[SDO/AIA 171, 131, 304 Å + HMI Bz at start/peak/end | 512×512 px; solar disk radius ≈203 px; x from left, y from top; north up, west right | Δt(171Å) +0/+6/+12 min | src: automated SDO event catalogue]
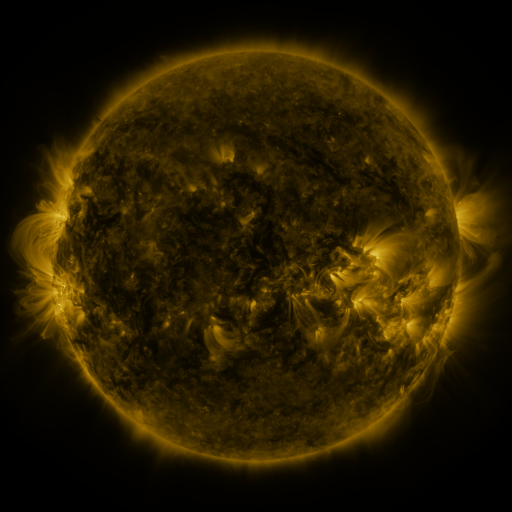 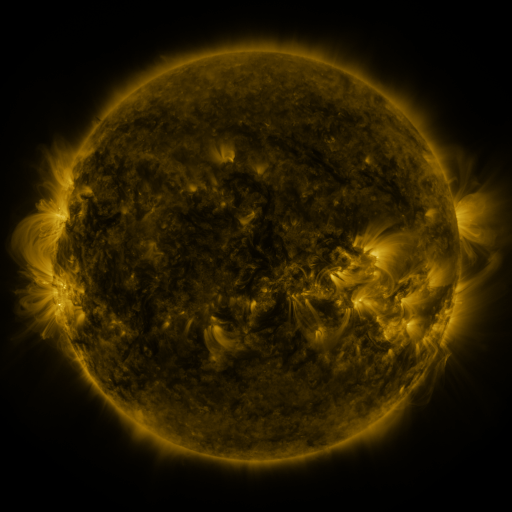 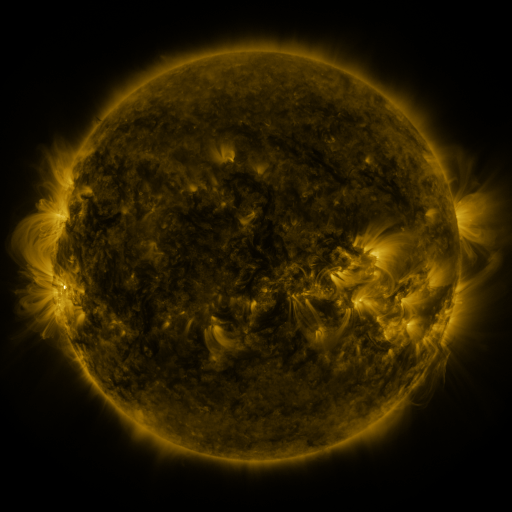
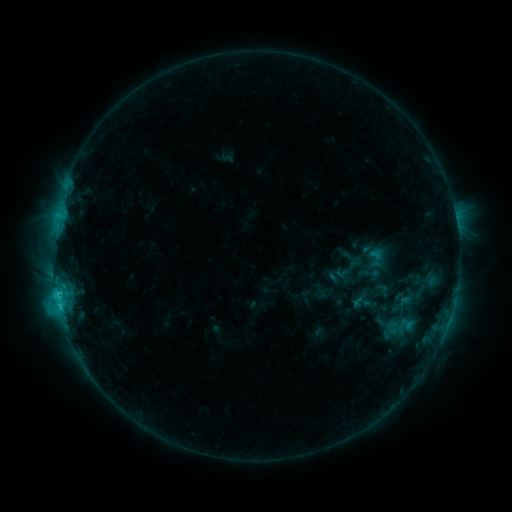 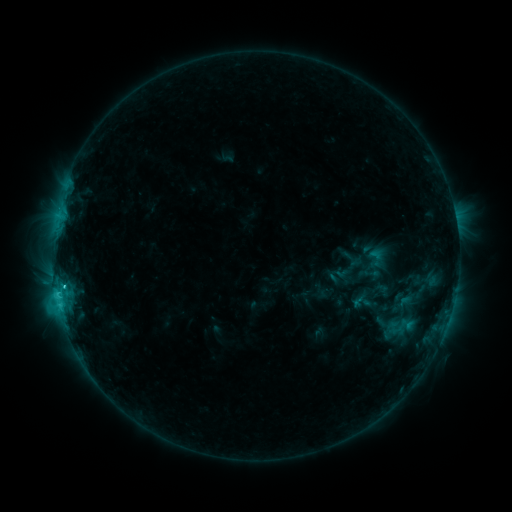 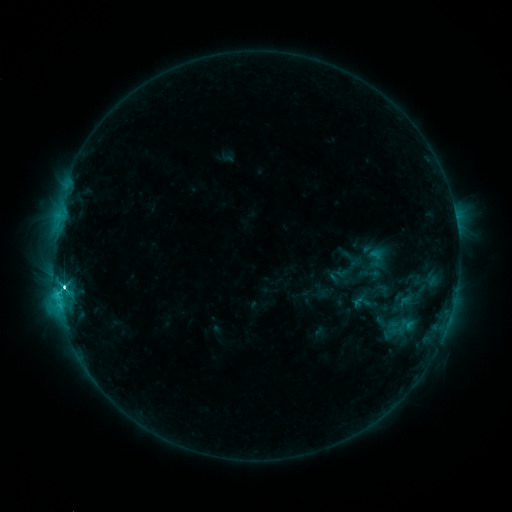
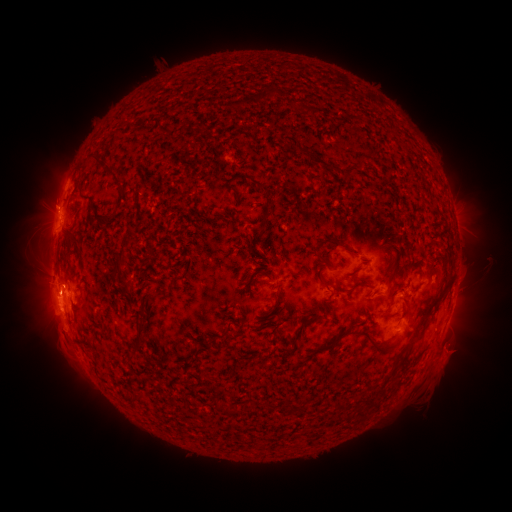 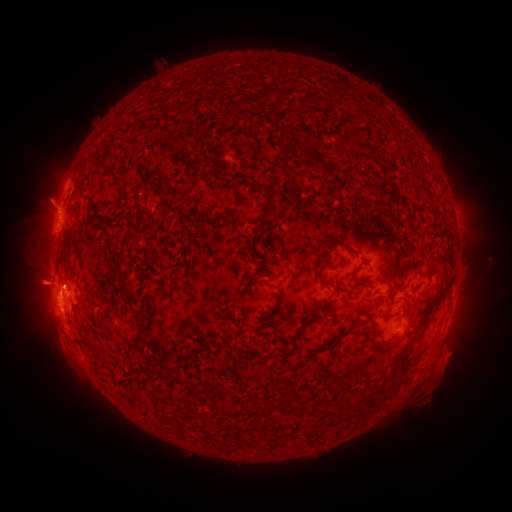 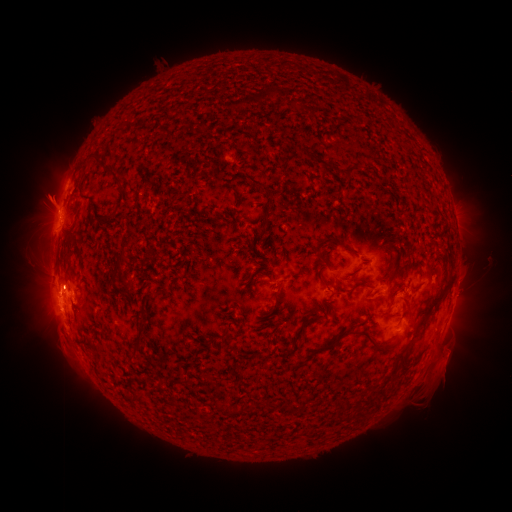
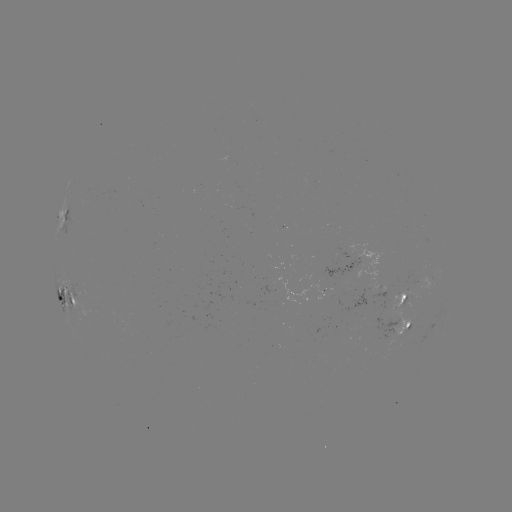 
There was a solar flare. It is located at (65, 284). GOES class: M1.4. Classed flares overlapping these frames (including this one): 1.